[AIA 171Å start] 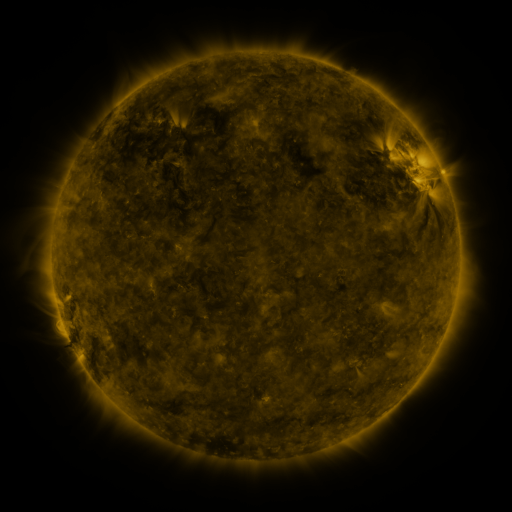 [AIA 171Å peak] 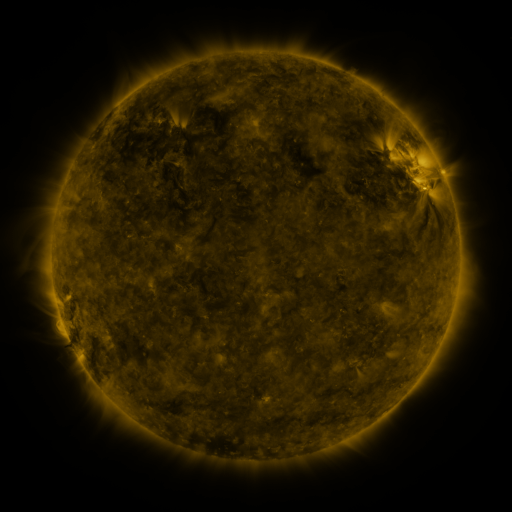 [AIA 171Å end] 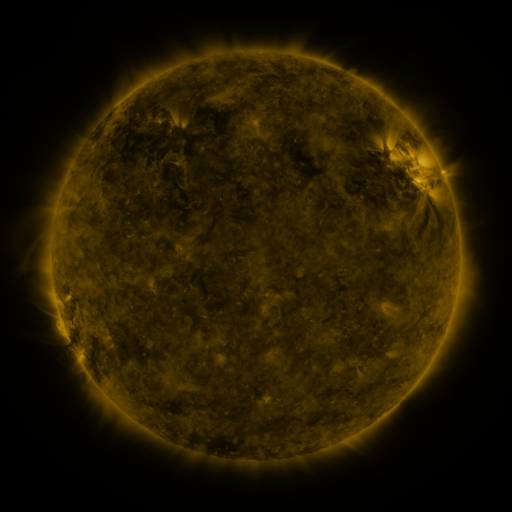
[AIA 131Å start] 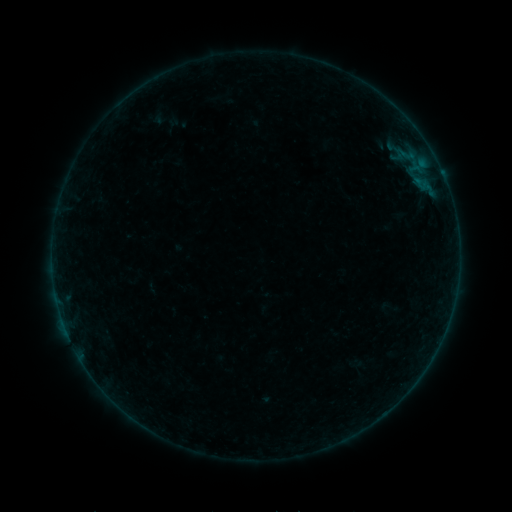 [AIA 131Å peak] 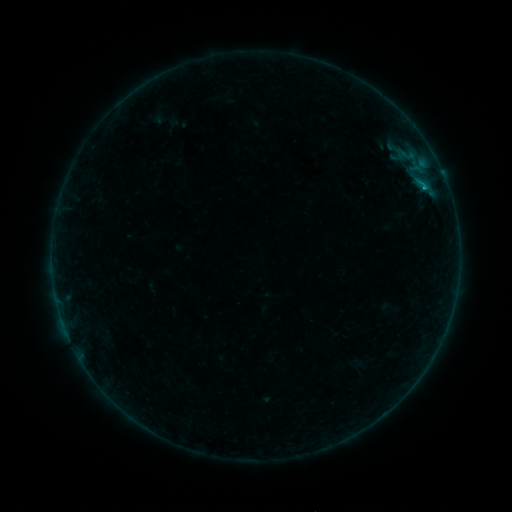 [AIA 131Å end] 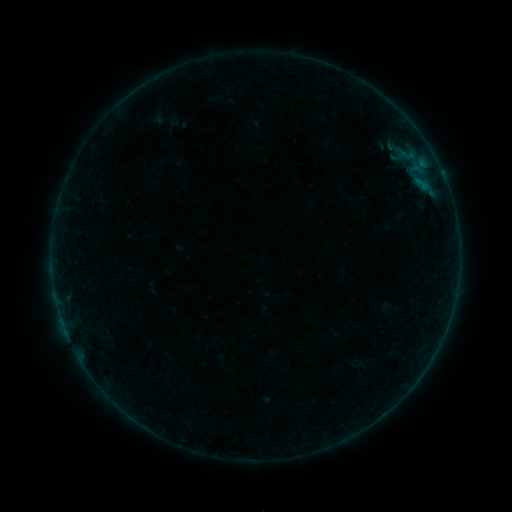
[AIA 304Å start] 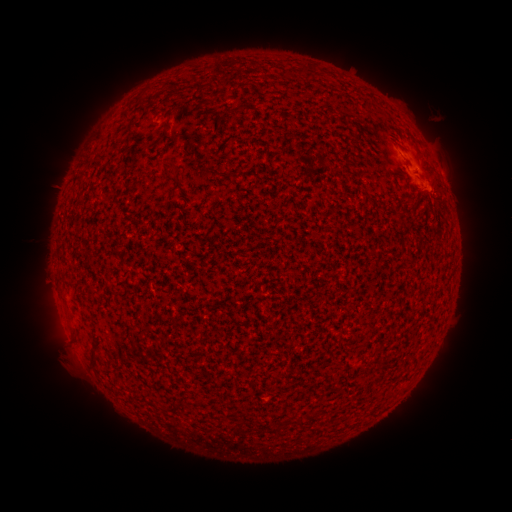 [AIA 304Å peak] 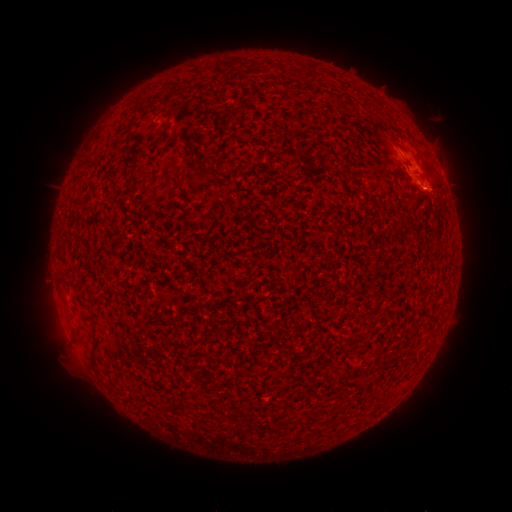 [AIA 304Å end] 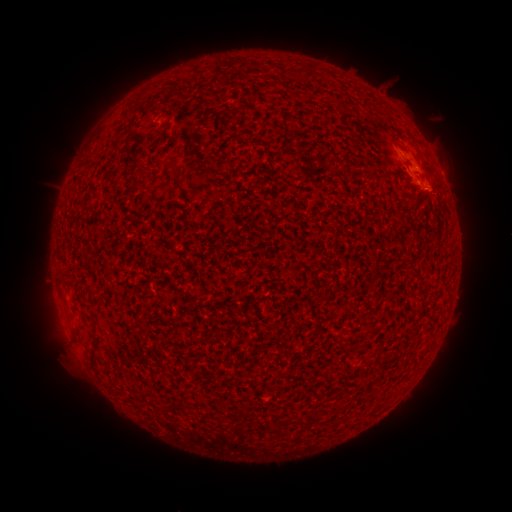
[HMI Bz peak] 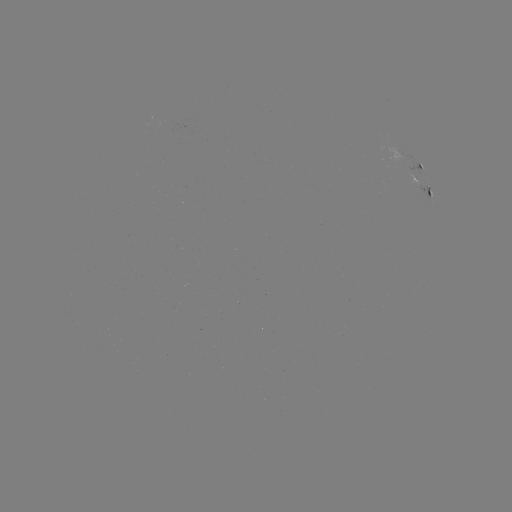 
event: flare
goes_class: B3.2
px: (422, 190)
